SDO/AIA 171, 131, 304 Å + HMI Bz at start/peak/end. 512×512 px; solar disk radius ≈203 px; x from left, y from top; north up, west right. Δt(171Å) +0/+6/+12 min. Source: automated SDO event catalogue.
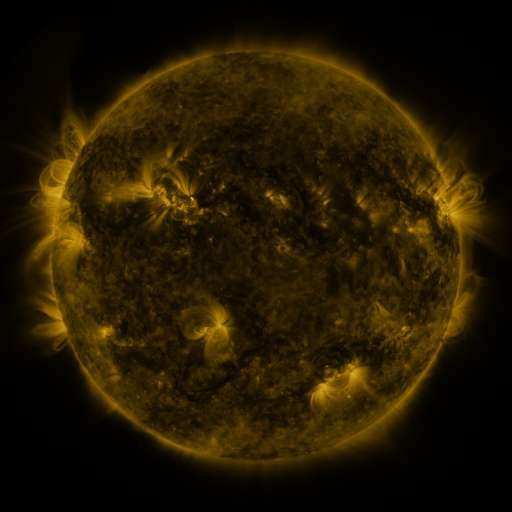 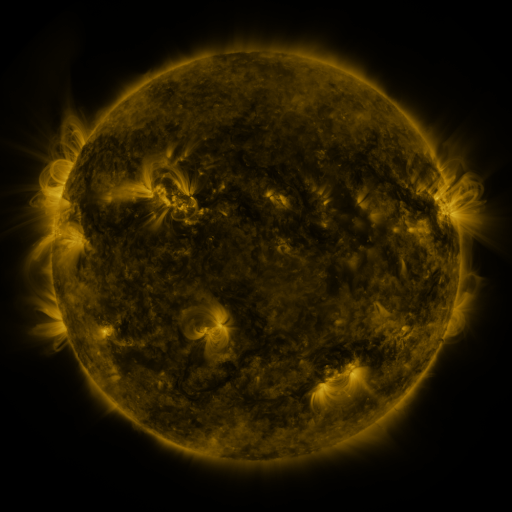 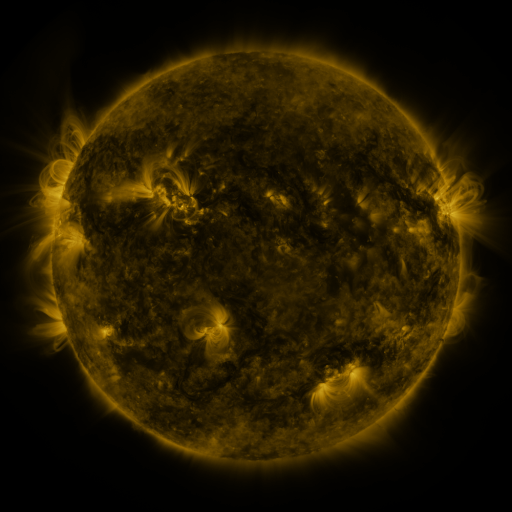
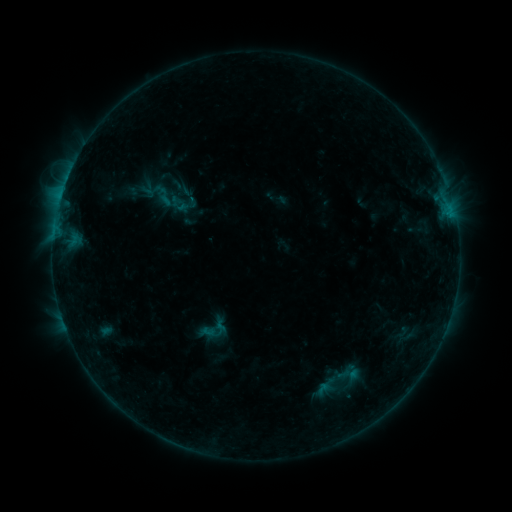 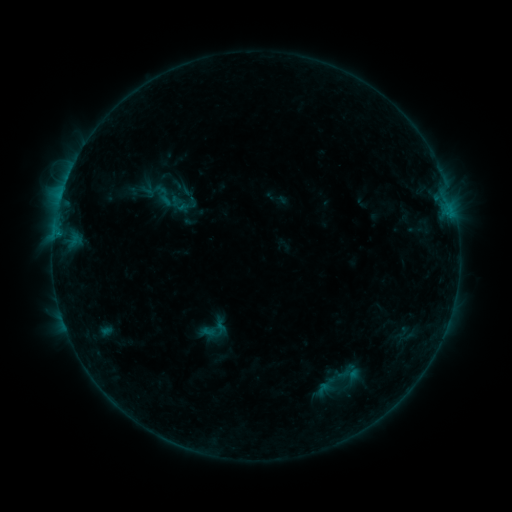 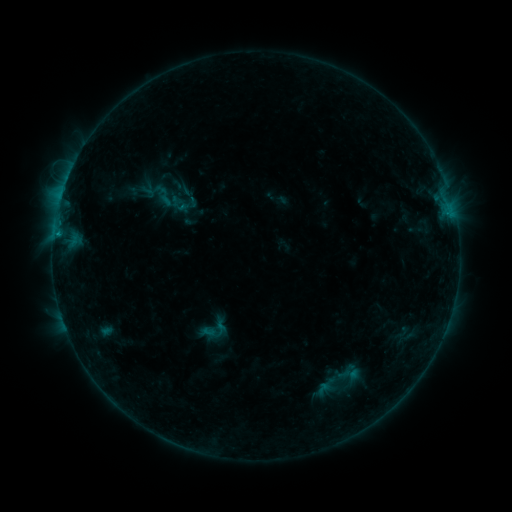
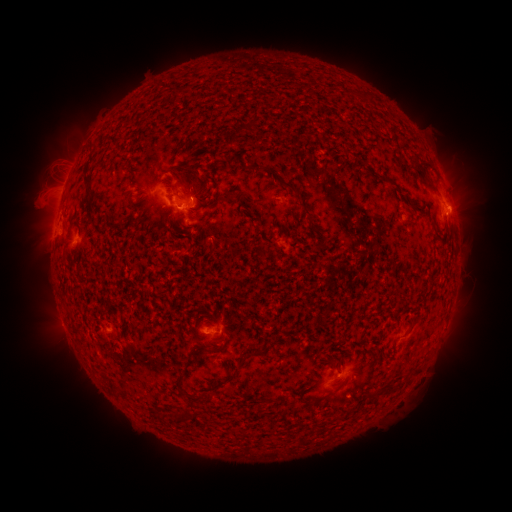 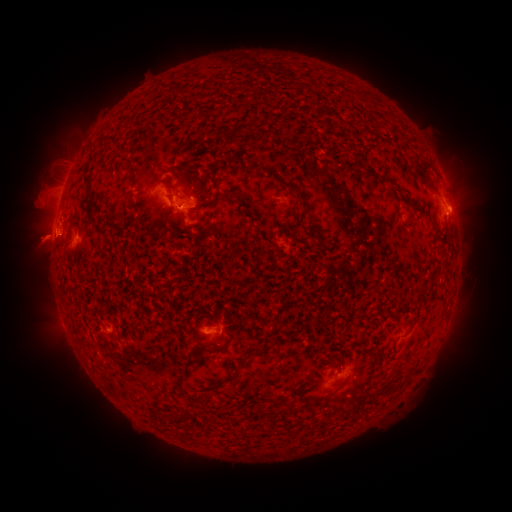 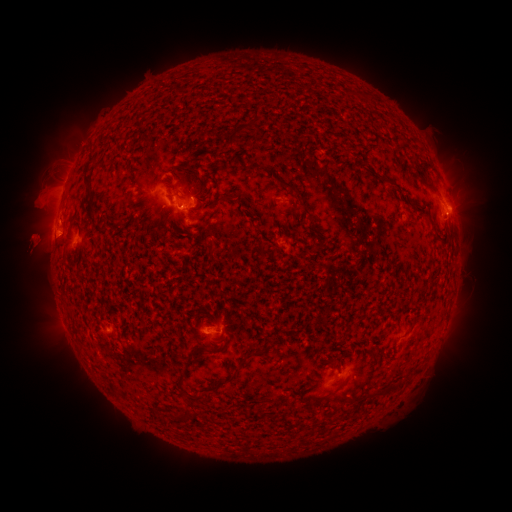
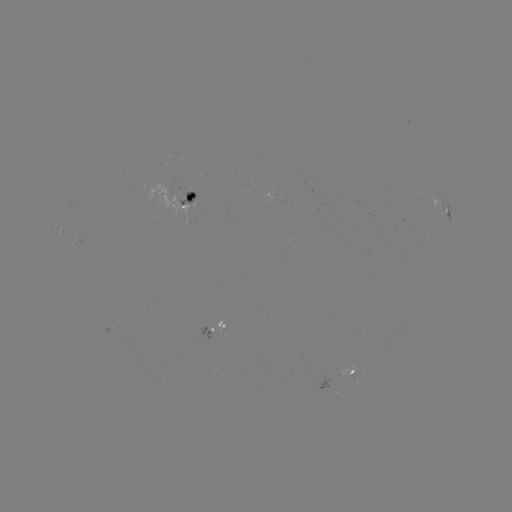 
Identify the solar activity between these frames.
eruption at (41, 240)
